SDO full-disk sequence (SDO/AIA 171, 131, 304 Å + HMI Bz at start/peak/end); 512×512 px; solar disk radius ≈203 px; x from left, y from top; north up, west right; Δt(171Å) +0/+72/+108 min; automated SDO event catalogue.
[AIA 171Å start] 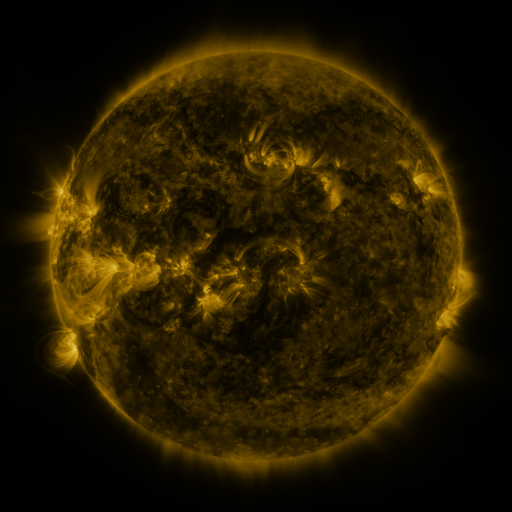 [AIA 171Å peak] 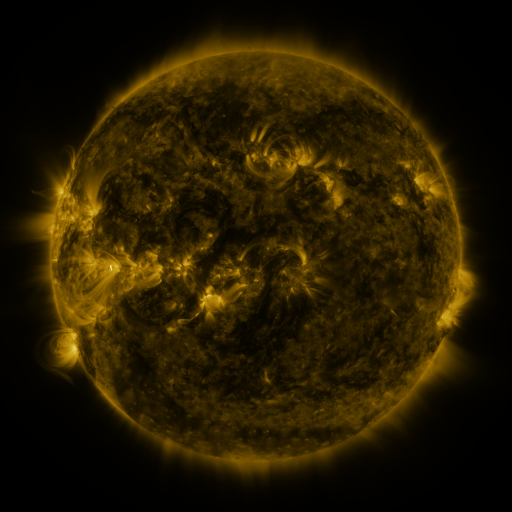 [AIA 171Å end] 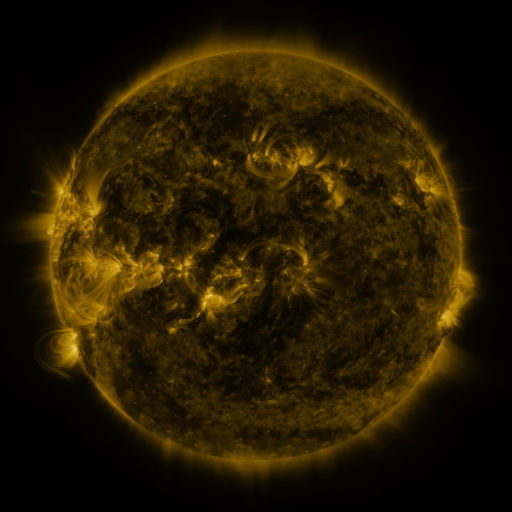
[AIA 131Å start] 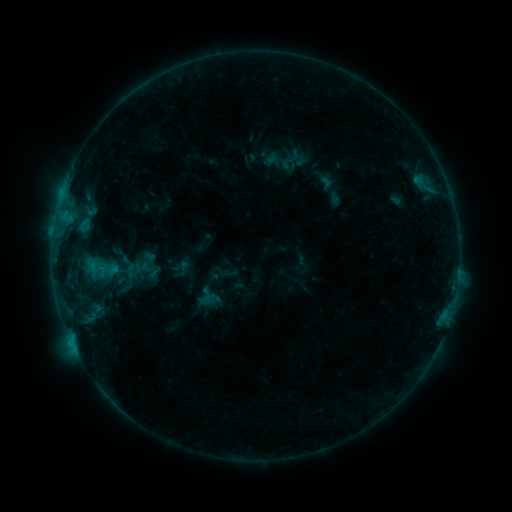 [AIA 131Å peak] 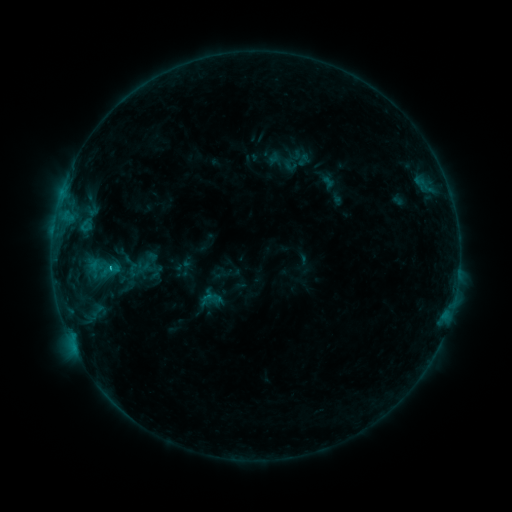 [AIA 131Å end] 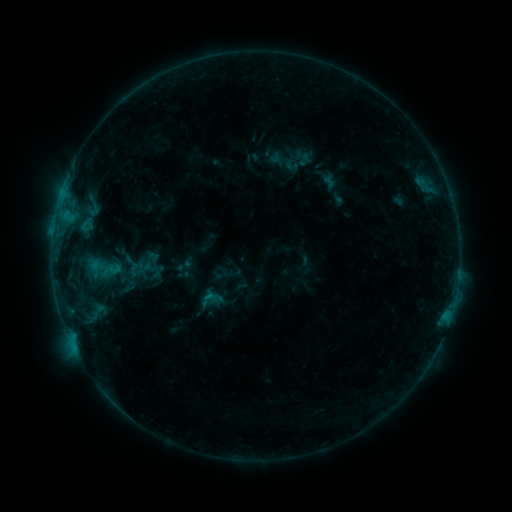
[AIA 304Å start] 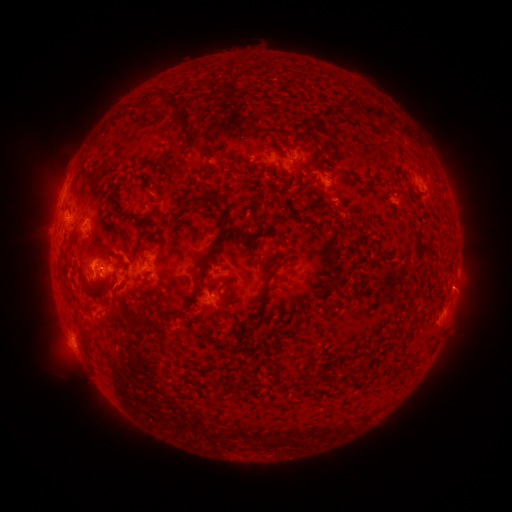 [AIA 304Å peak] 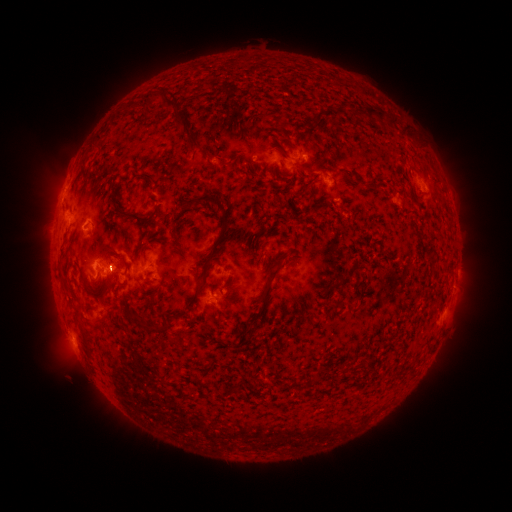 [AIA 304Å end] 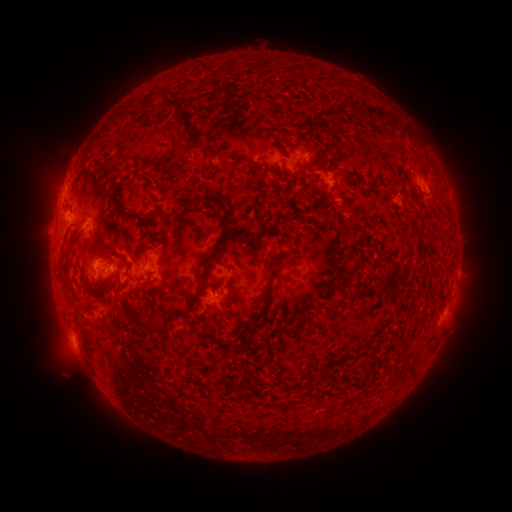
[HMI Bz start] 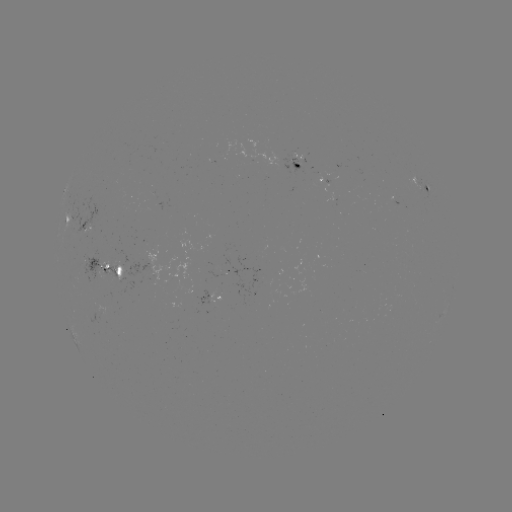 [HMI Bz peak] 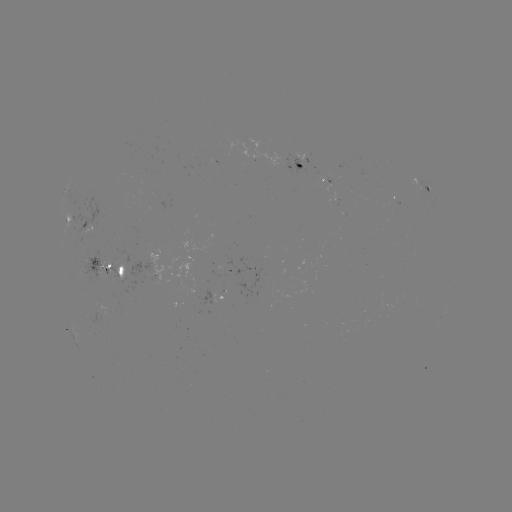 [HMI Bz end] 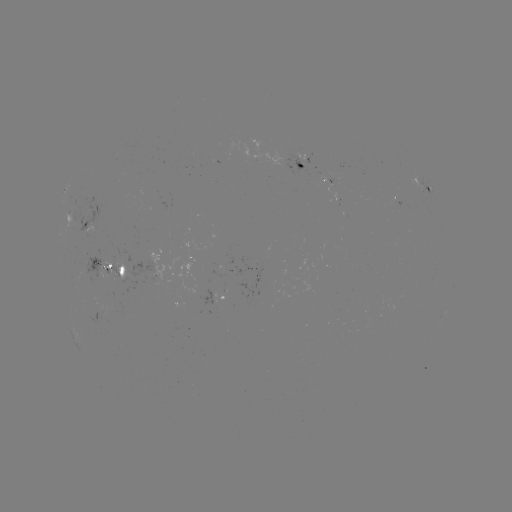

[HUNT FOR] emerging-flux region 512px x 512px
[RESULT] [92, 229]